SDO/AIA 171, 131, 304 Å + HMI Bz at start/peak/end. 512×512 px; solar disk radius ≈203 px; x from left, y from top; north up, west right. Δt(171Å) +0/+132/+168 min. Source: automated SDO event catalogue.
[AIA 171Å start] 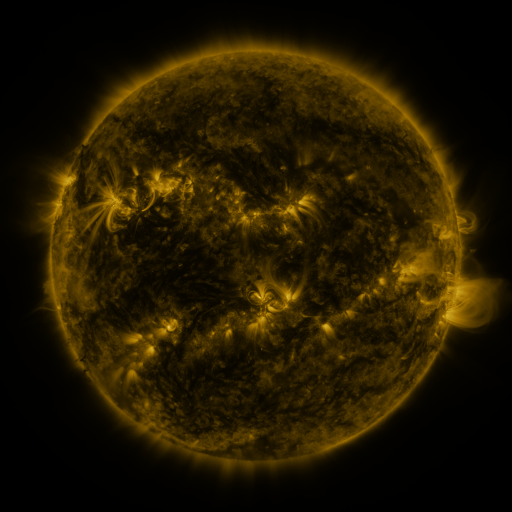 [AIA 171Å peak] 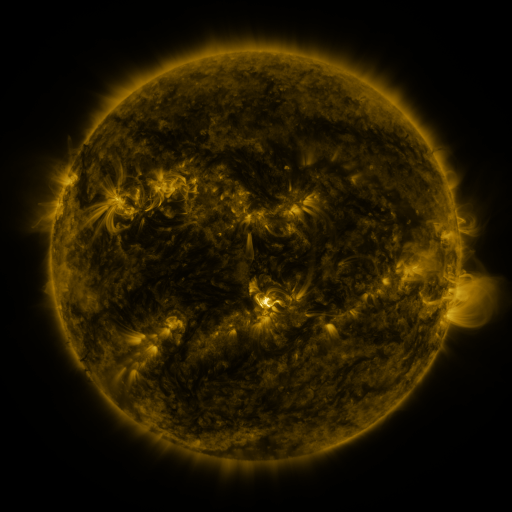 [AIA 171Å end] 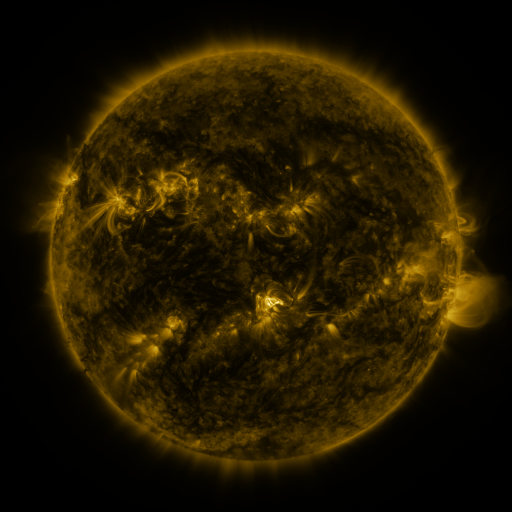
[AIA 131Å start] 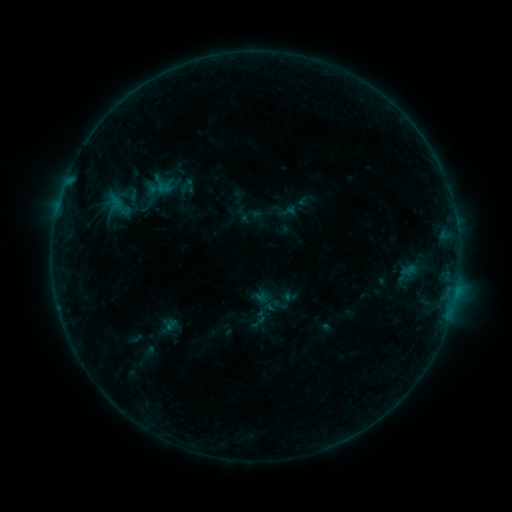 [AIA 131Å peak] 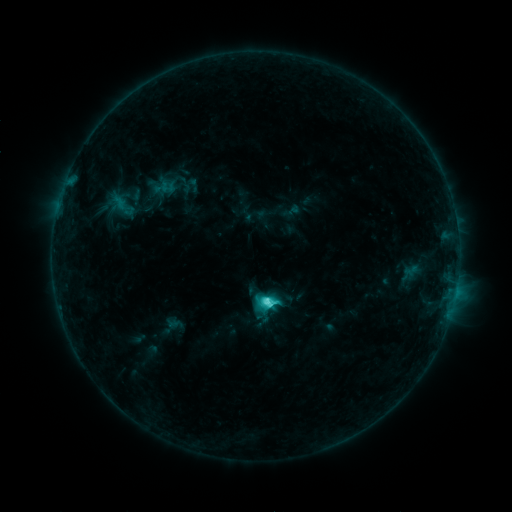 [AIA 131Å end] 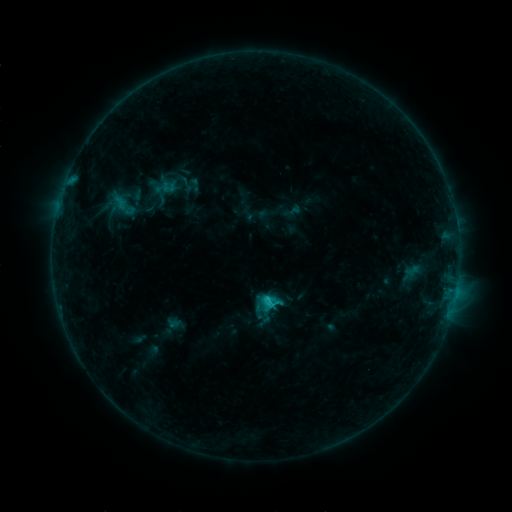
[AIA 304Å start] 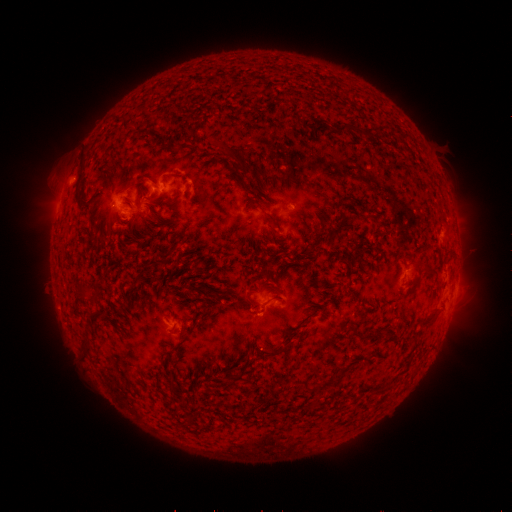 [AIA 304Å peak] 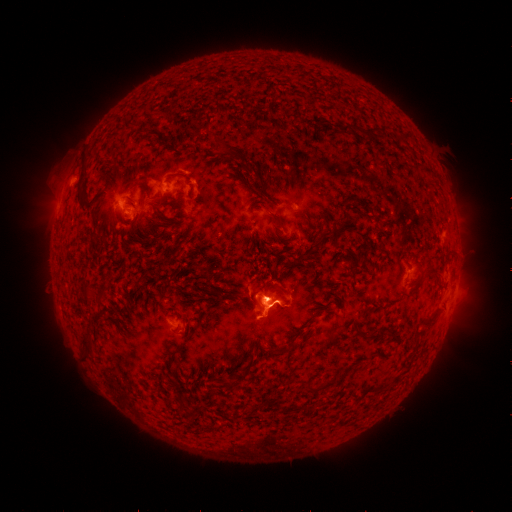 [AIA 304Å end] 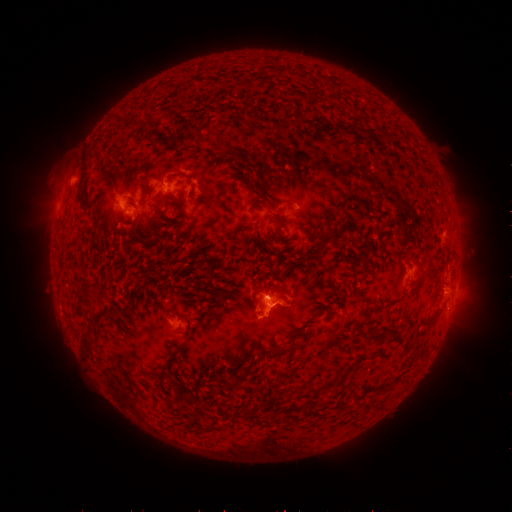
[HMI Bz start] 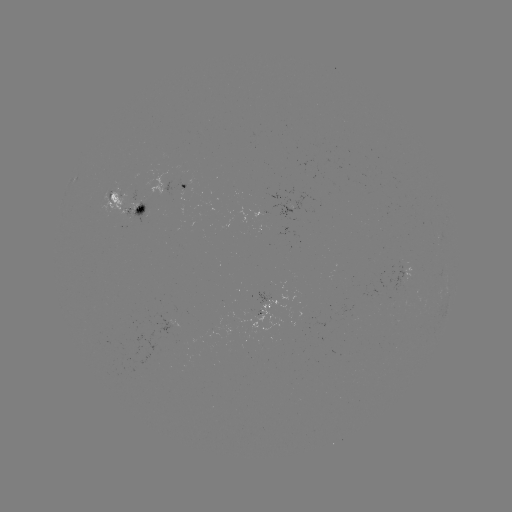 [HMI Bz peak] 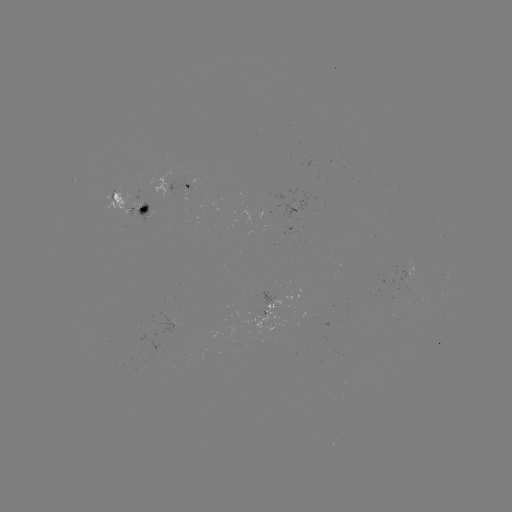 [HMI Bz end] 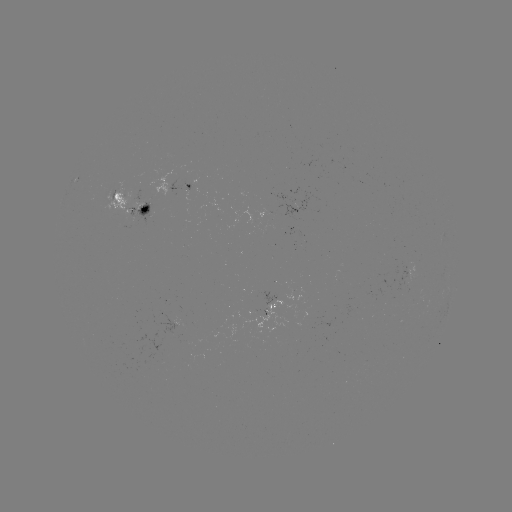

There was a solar emerging-flux region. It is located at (128, 215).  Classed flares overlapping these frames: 1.